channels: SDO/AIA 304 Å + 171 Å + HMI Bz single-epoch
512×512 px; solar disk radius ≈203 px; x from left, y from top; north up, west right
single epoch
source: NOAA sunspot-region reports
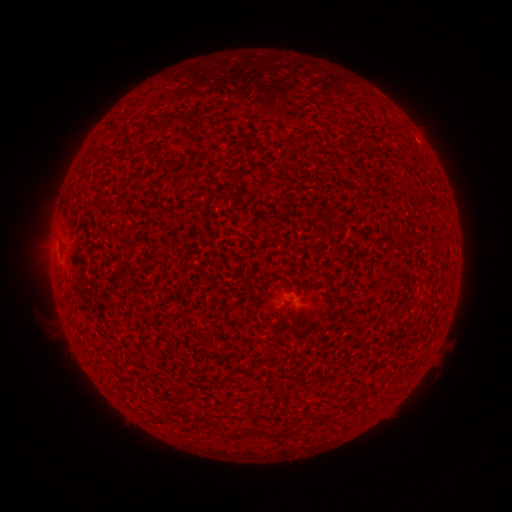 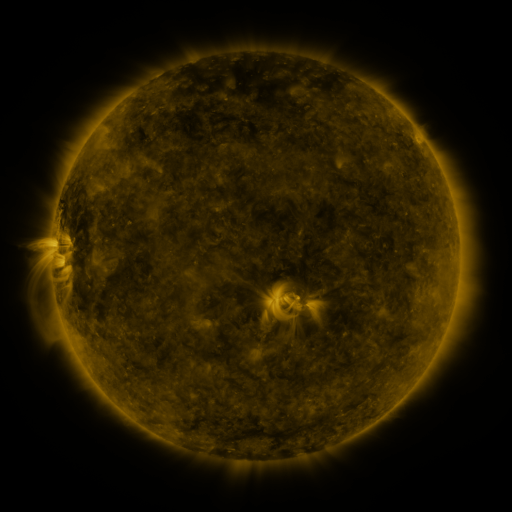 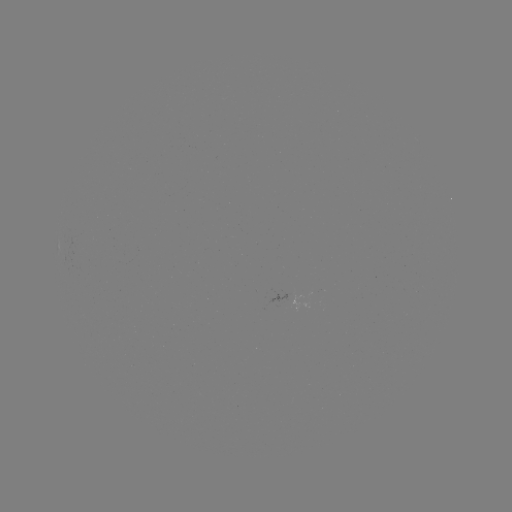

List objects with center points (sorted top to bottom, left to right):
(none)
